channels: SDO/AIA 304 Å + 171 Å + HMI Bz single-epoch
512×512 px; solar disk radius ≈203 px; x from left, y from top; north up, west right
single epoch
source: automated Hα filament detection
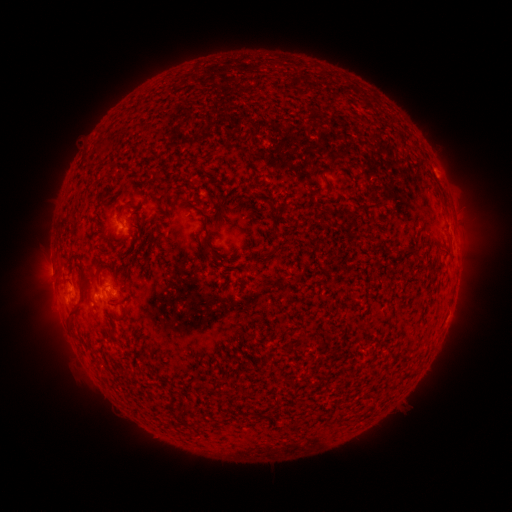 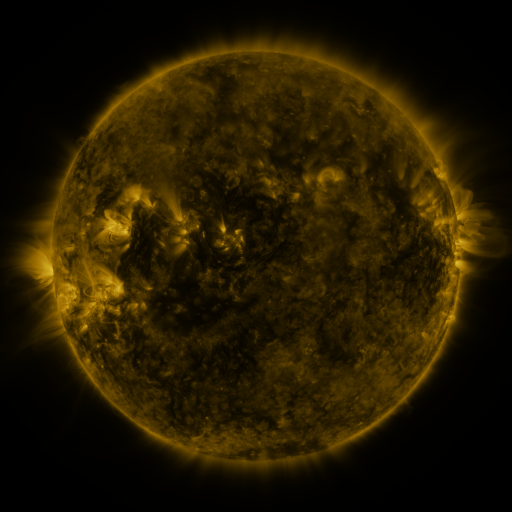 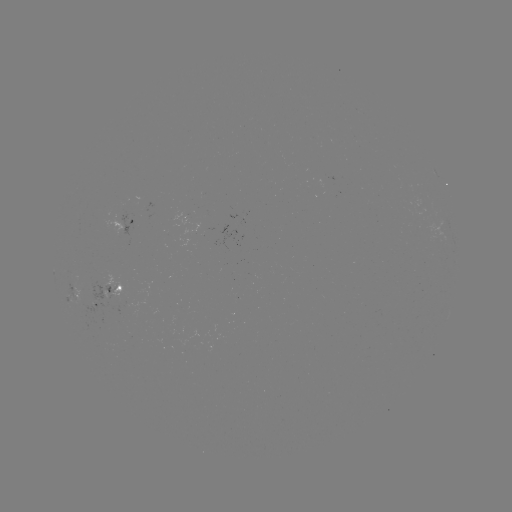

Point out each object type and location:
filament: (206, 243)
filament: (74, 310)
